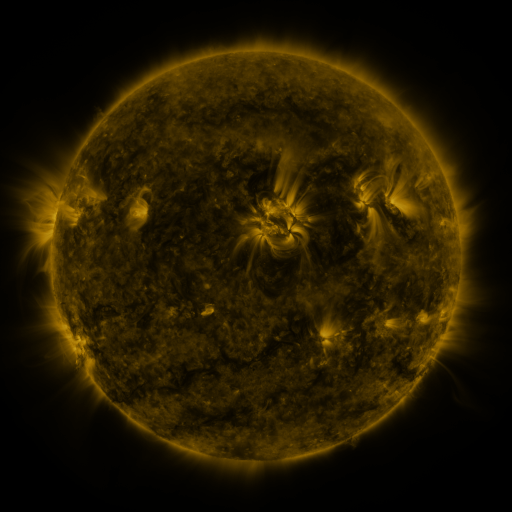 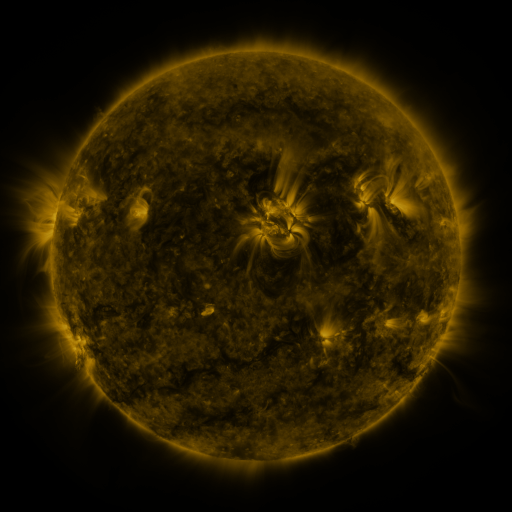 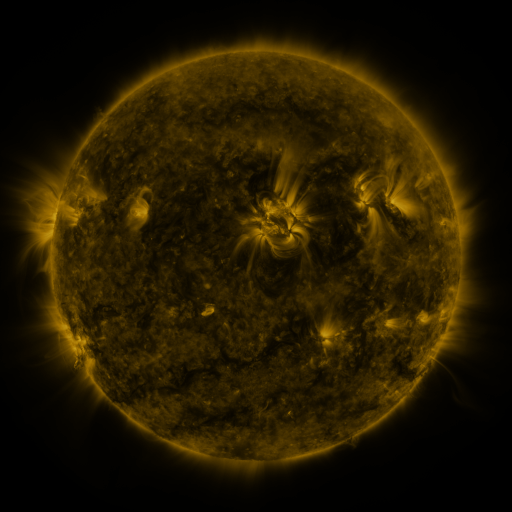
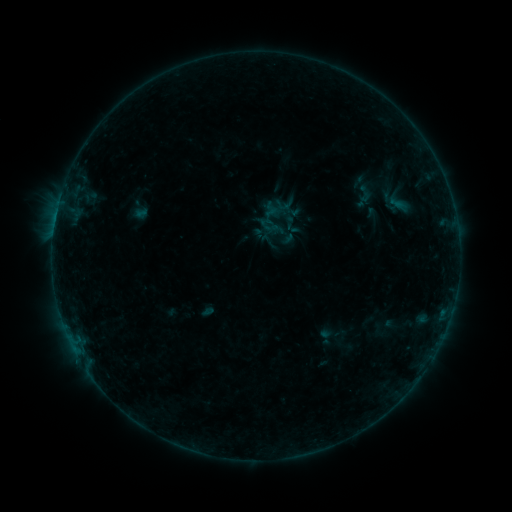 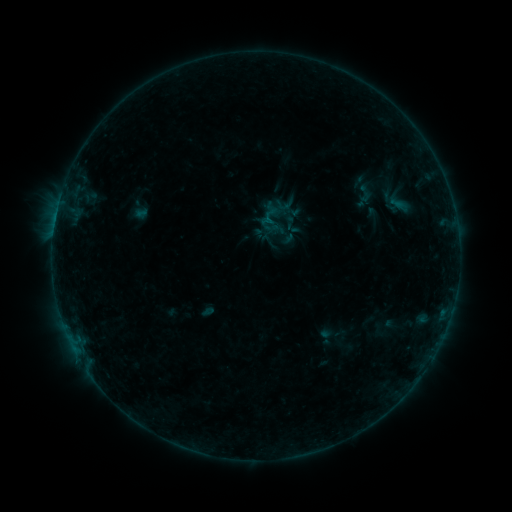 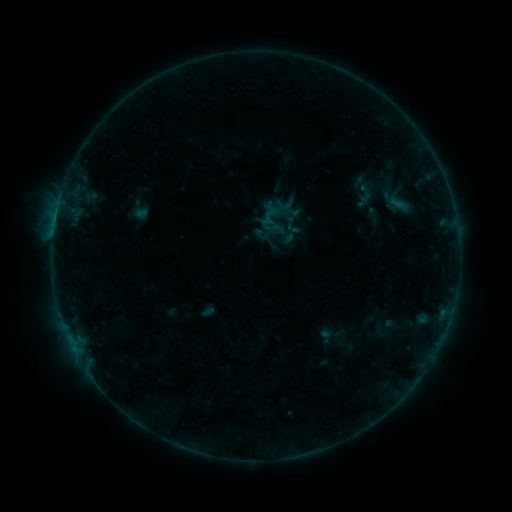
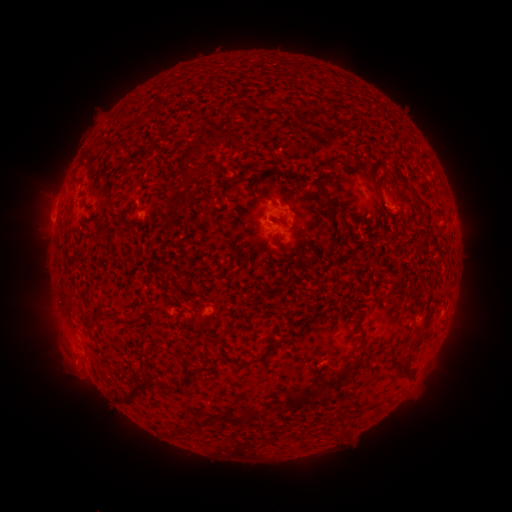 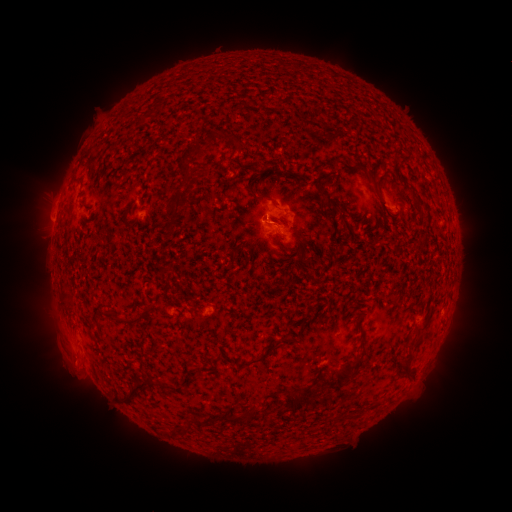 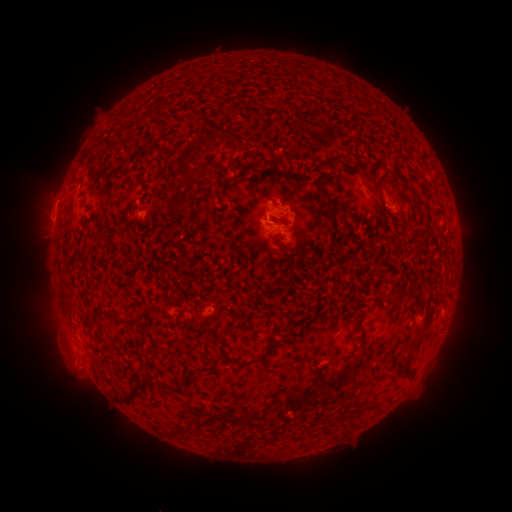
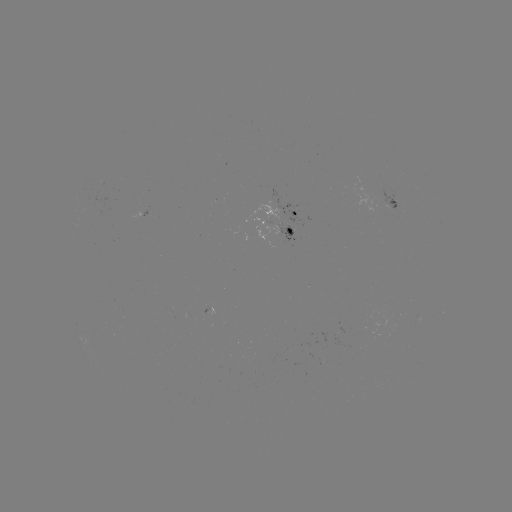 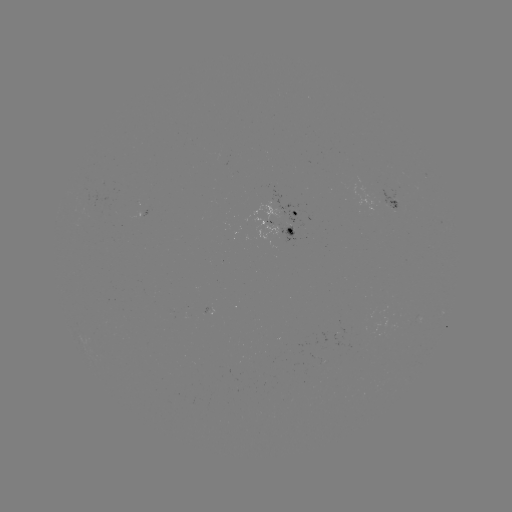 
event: flare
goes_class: B2.3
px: (266, 222)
